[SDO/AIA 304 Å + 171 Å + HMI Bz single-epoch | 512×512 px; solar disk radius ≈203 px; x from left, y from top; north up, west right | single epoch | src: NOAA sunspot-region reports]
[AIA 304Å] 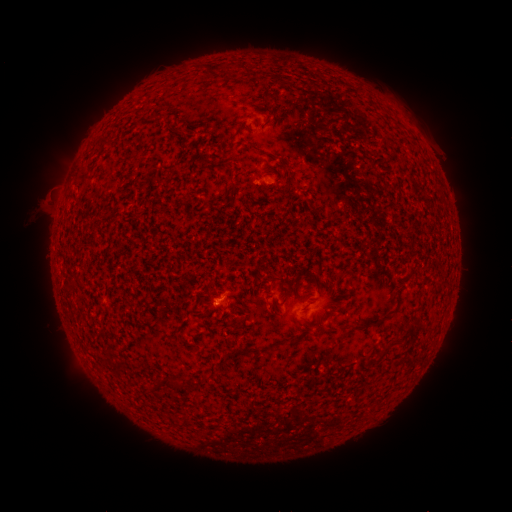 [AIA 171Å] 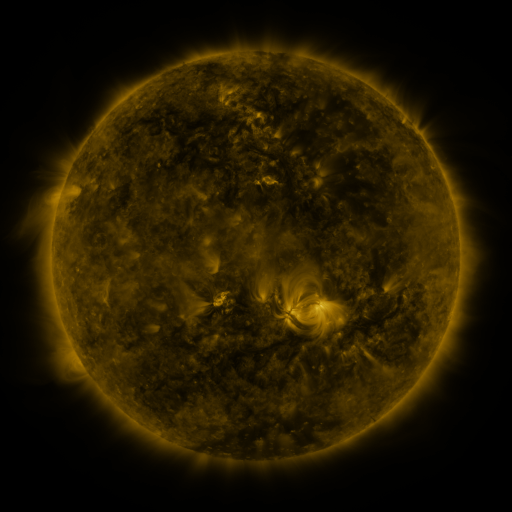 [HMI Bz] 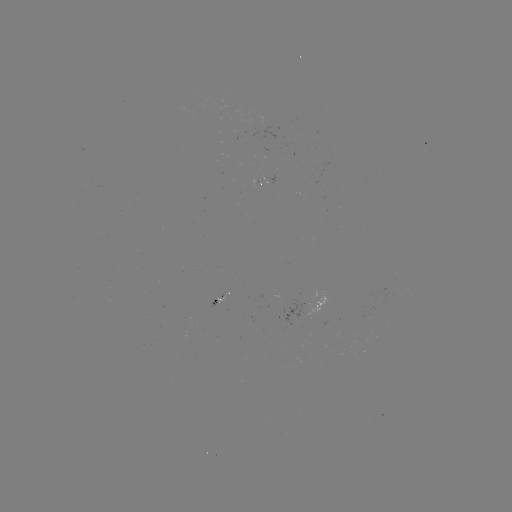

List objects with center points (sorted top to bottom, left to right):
spotted active region: (218, 298)
spotted active region: (298, 312)
